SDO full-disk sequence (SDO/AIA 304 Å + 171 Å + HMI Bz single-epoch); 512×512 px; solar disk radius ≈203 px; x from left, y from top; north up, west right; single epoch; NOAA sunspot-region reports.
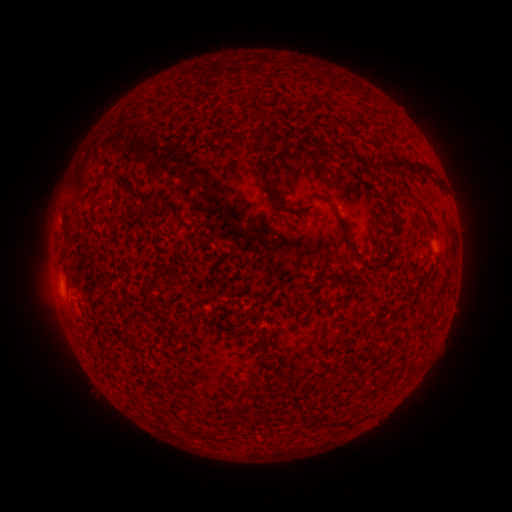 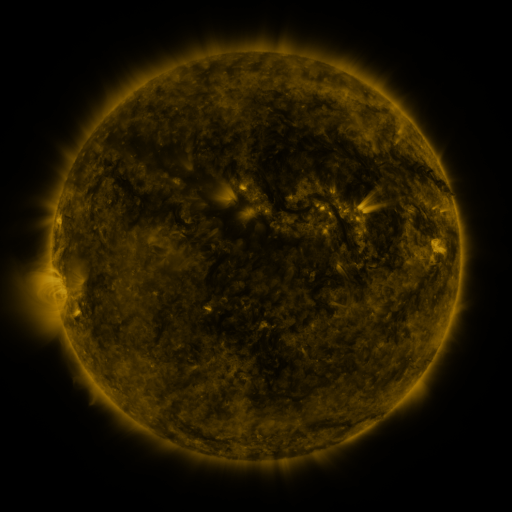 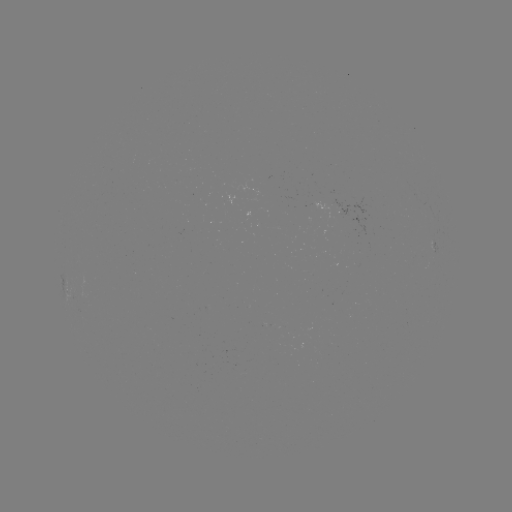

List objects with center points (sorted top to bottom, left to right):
(none)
